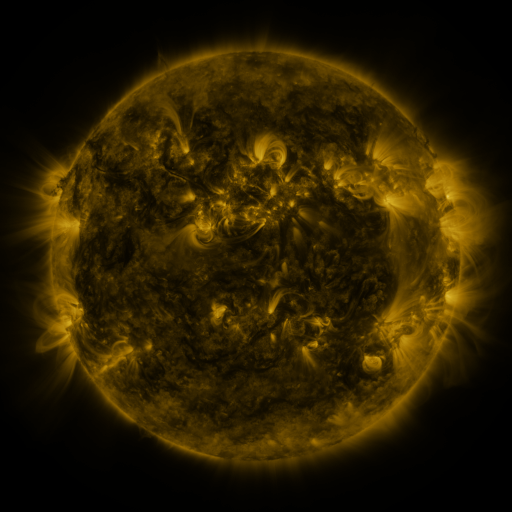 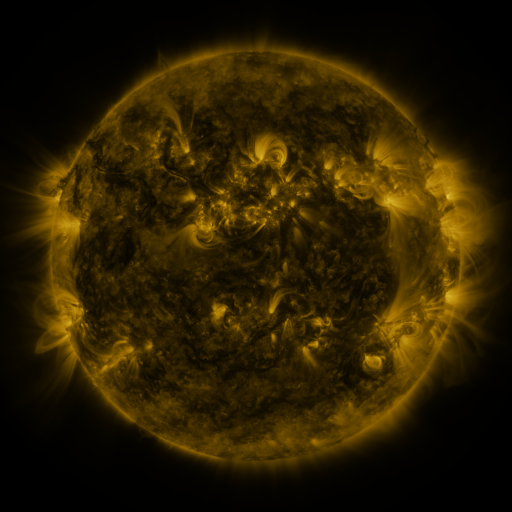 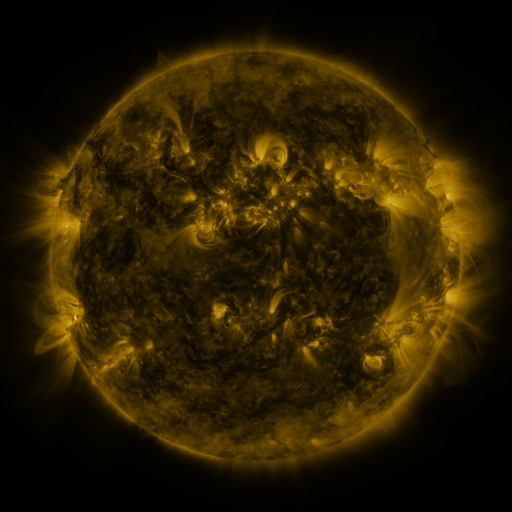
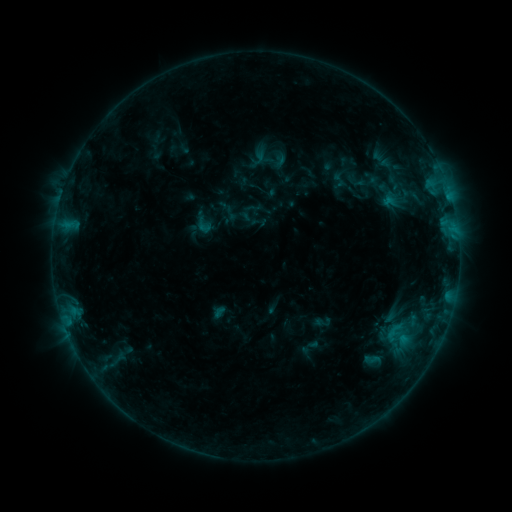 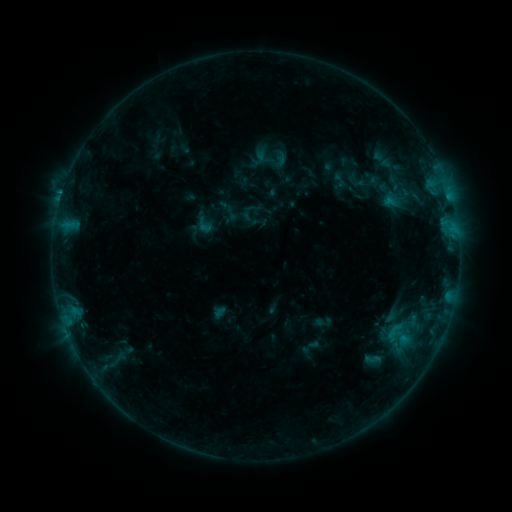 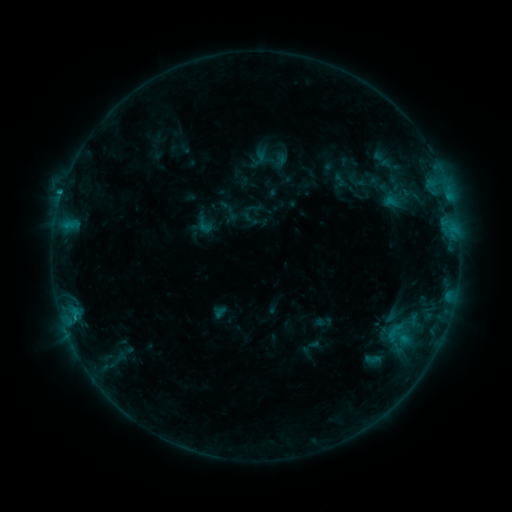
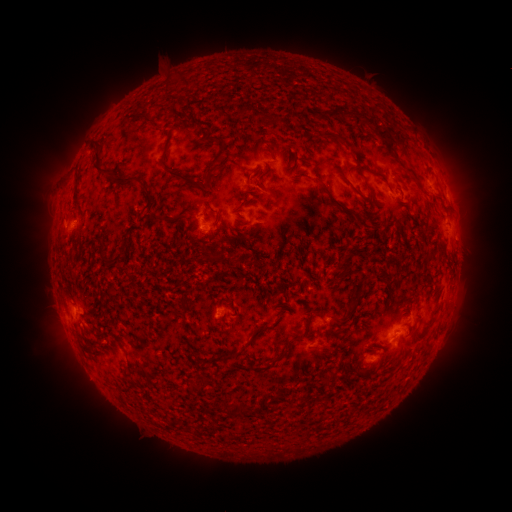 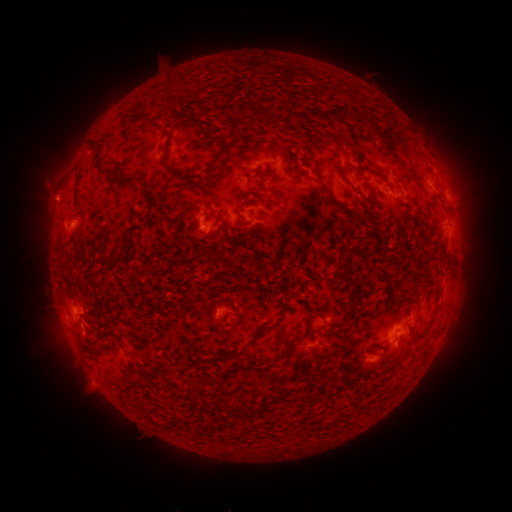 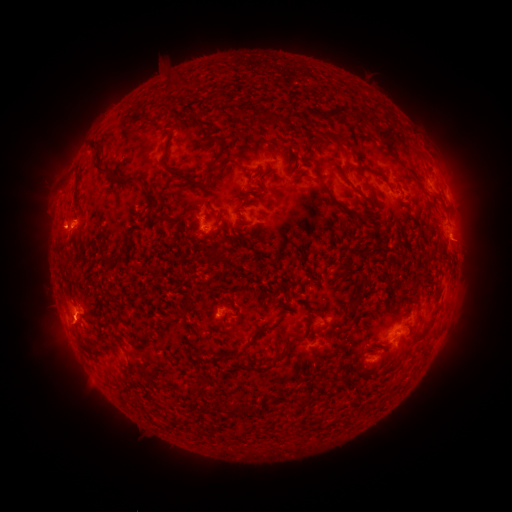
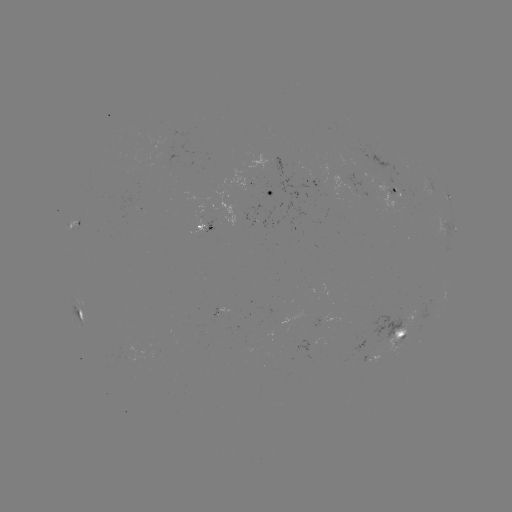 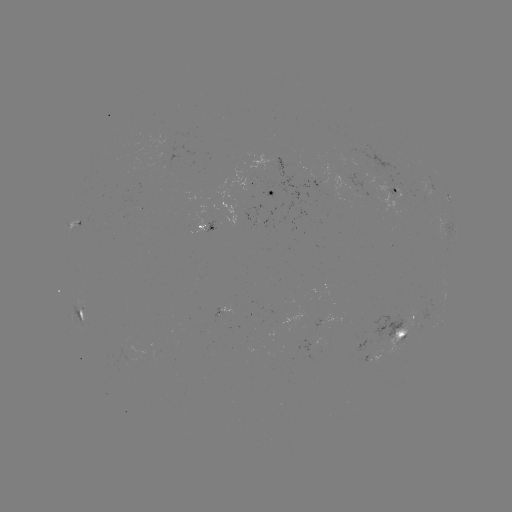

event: flare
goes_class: B6.0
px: (61, 196)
